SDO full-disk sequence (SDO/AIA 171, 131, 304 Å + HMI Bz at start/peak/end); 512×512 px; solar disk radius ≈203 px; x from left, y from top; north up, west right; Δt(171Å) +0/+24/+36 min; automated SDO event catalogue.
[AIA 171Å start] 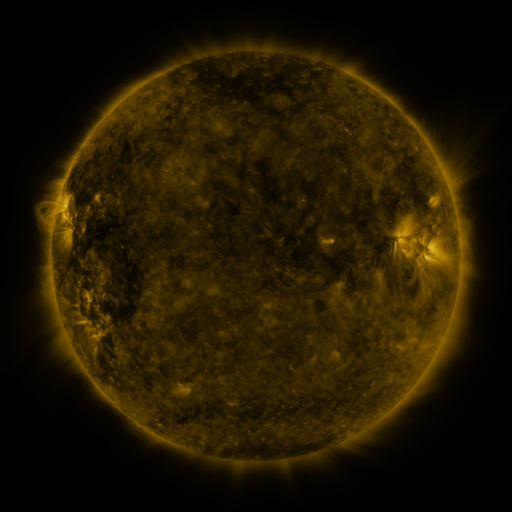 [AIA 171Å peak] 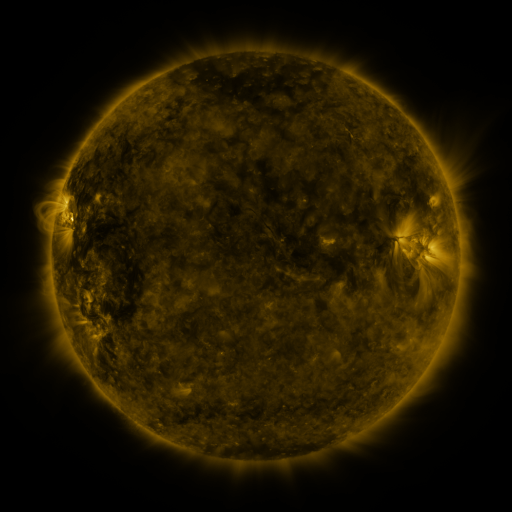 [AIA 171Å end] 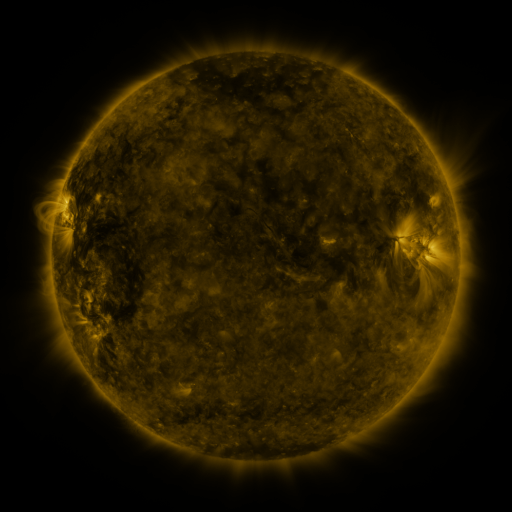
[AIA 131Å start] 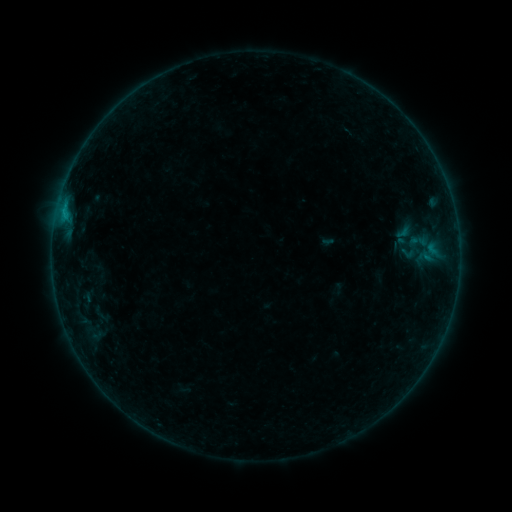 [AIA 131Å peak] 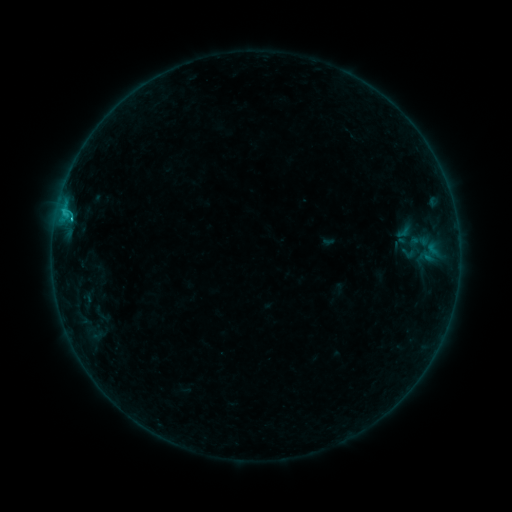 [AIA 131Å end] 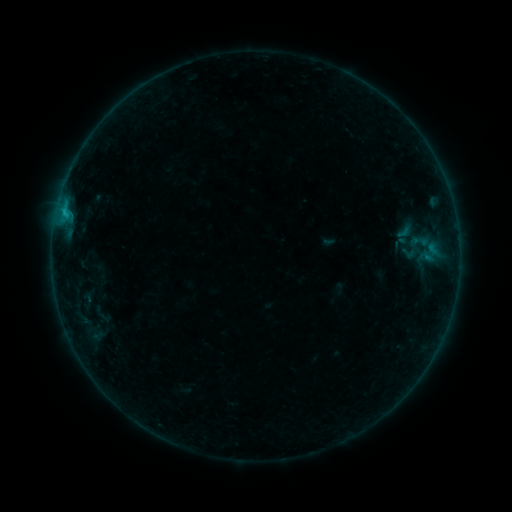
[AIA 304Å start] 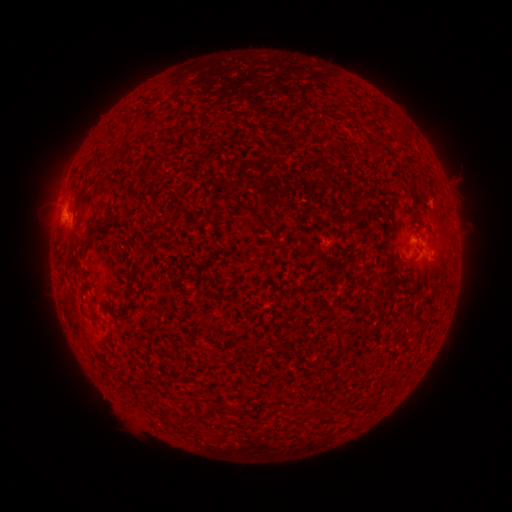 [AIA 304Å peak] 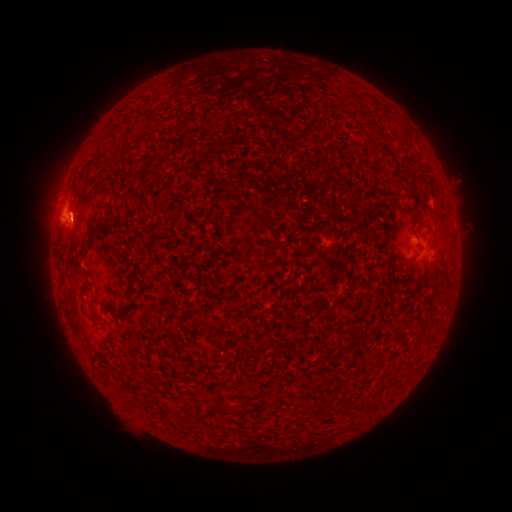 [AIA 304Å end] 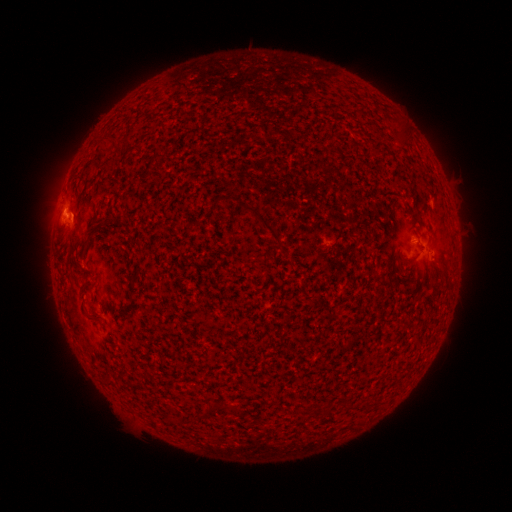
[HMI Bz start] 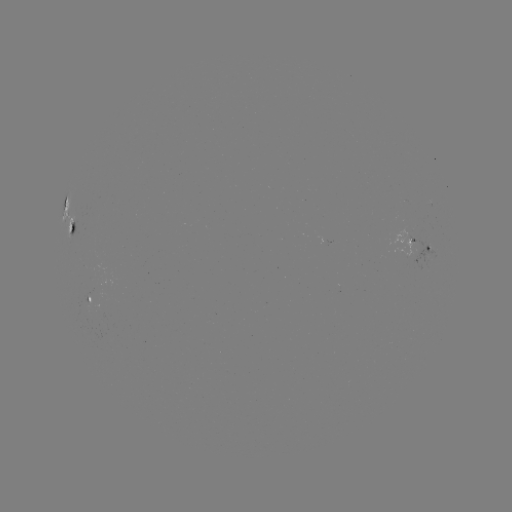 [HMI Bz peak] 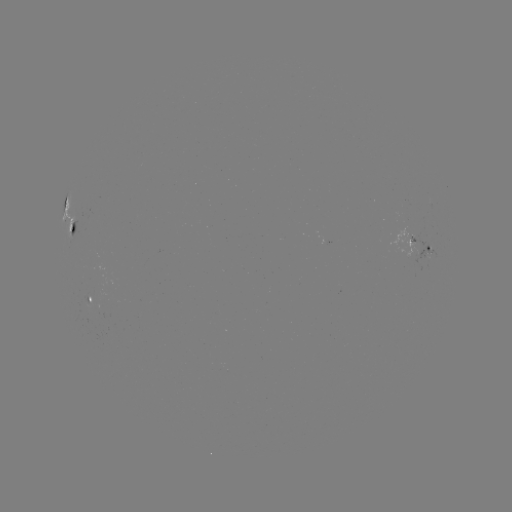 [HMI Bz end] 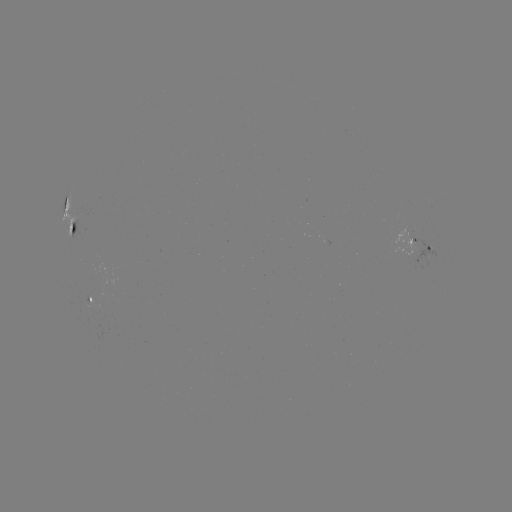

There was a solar flare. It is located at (64, 216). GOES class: B7.3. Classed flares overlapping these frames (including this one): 1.